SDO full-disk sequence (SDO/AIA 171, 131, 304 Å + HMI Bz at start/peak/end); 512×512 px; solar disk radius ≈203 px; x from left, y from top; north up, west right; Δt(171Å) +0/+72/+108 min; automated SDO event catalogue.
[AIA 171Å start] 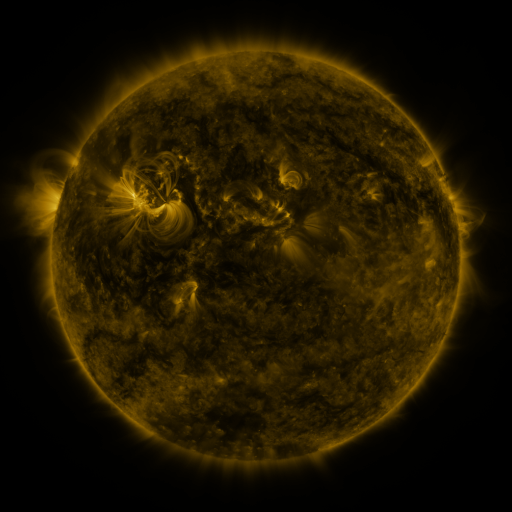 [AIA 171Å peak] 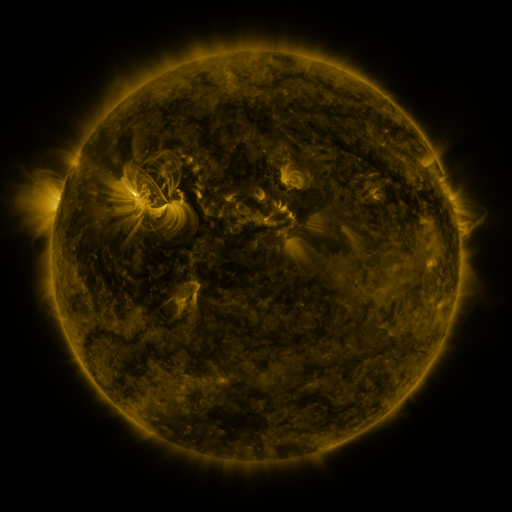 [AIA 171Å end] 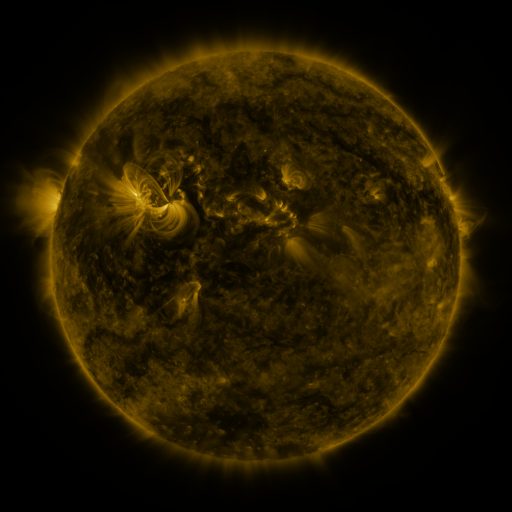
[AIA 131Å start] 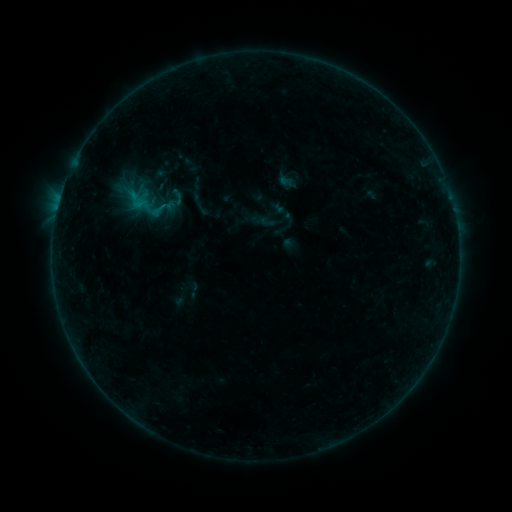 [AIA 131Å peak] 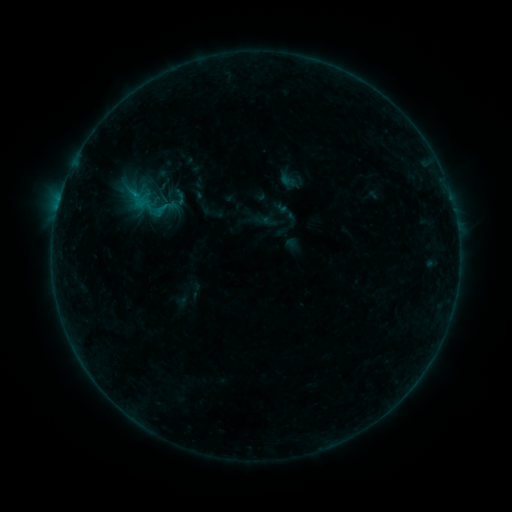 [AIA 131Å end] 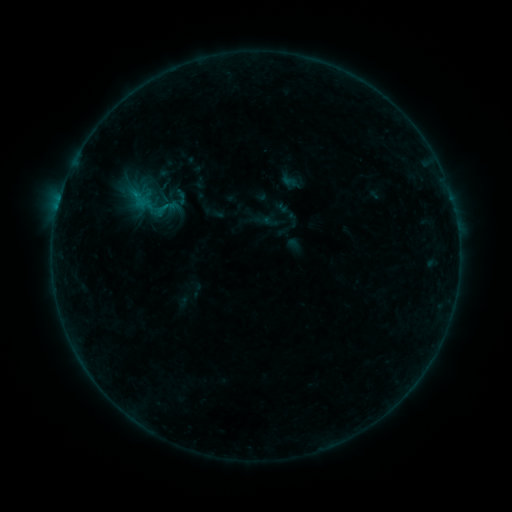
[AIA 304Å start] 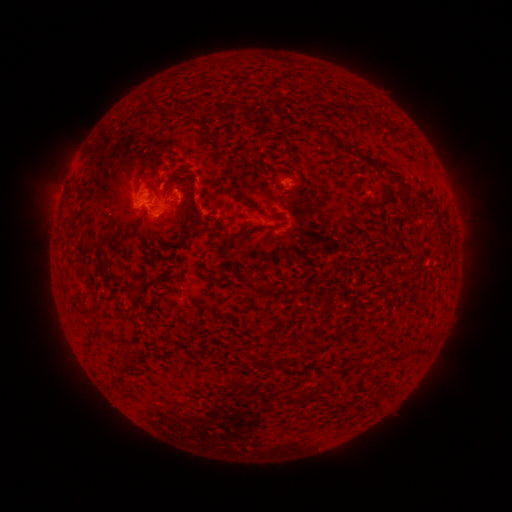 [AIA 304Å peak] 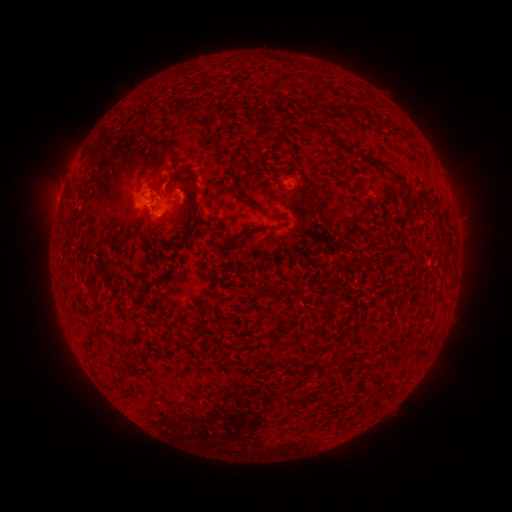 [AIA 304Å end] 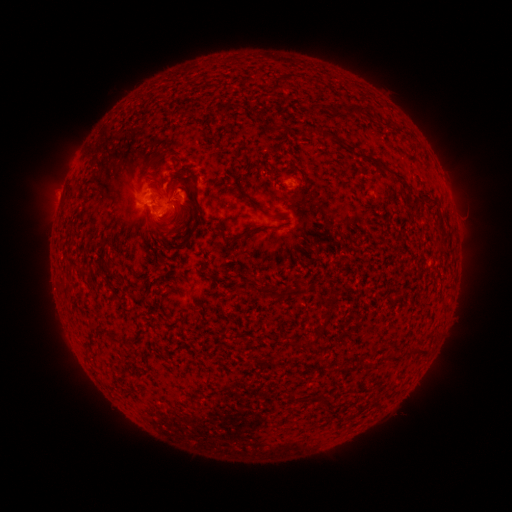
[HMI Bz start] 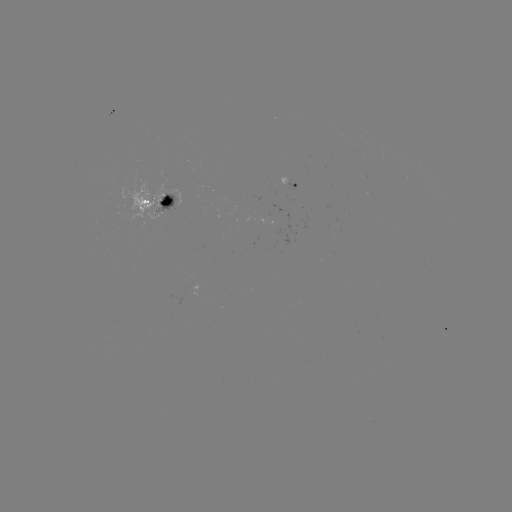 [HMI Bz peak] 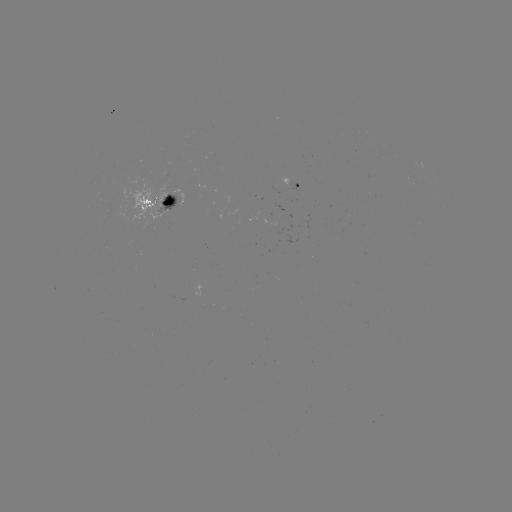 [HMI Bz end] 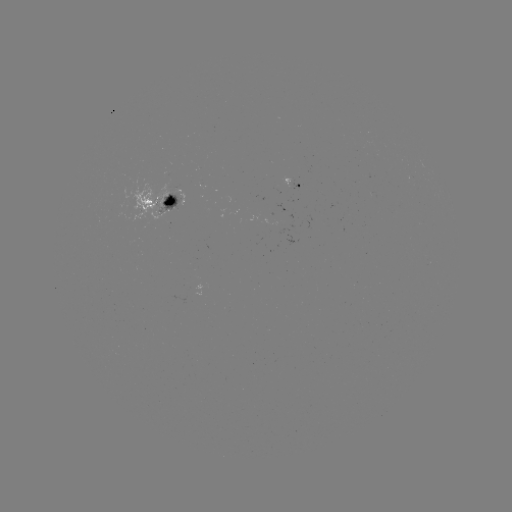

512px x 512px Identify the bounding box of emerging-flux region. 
[186, 282, 207, 296].